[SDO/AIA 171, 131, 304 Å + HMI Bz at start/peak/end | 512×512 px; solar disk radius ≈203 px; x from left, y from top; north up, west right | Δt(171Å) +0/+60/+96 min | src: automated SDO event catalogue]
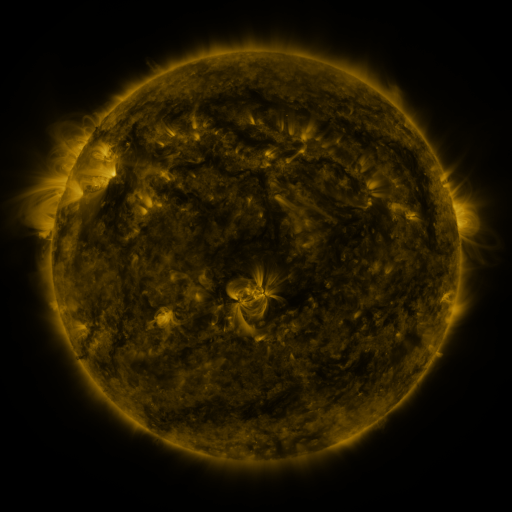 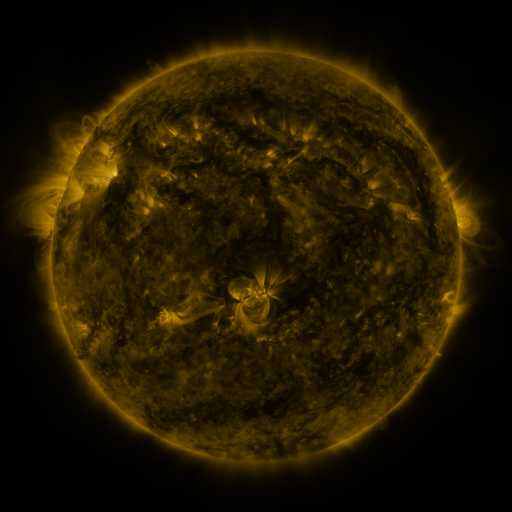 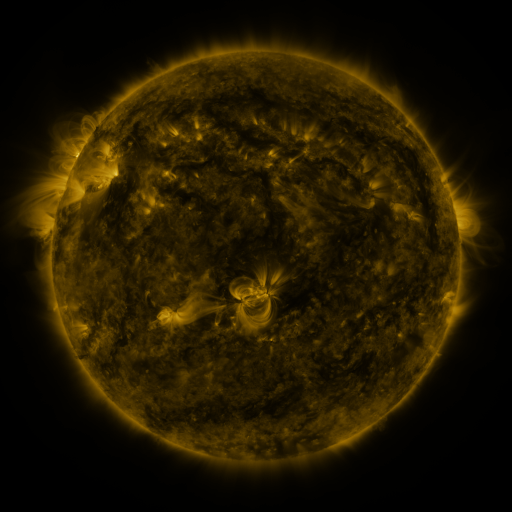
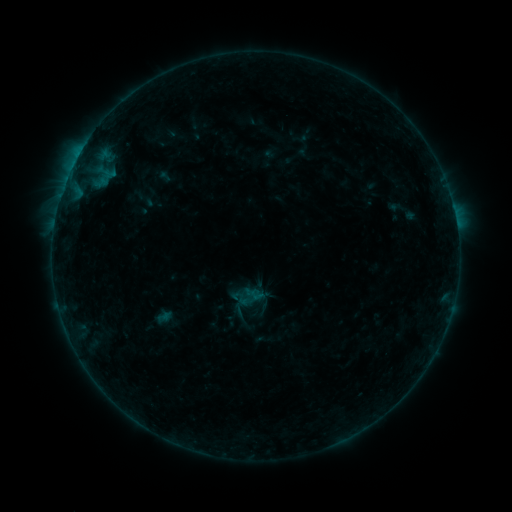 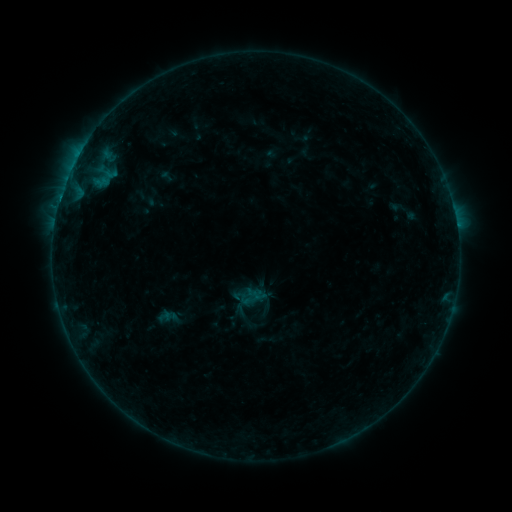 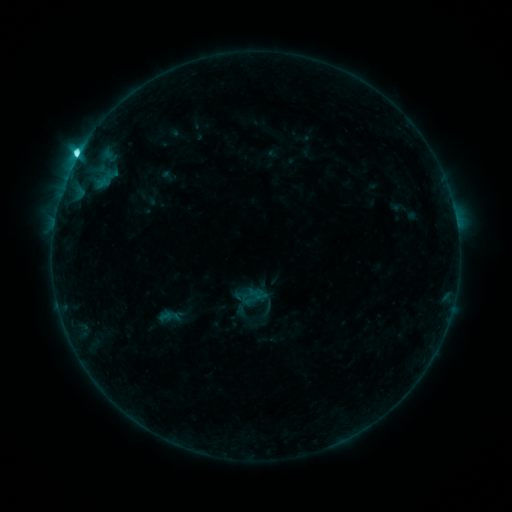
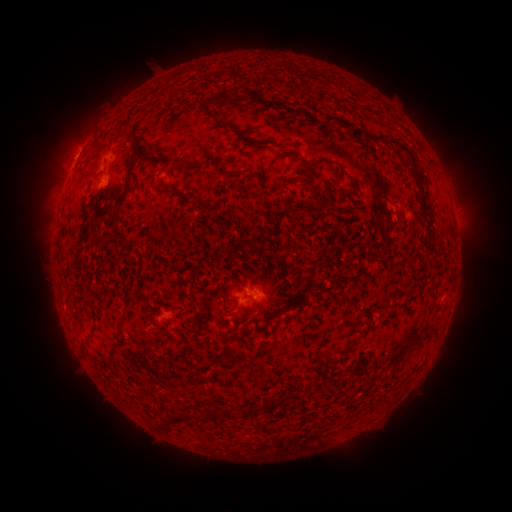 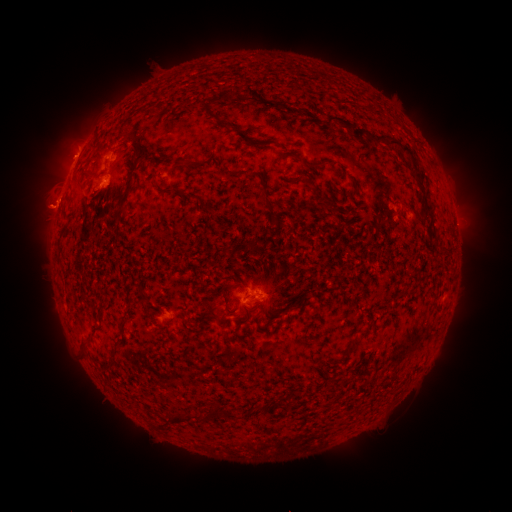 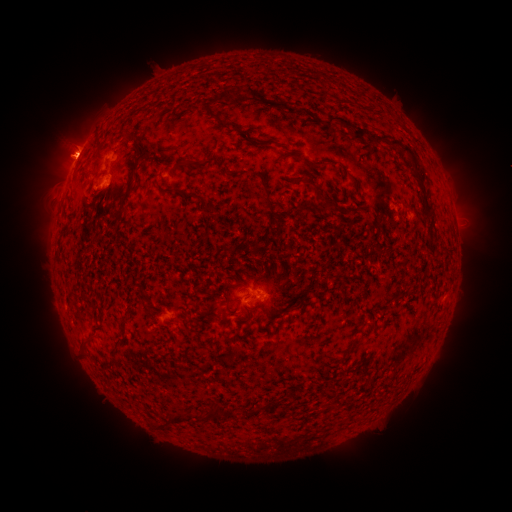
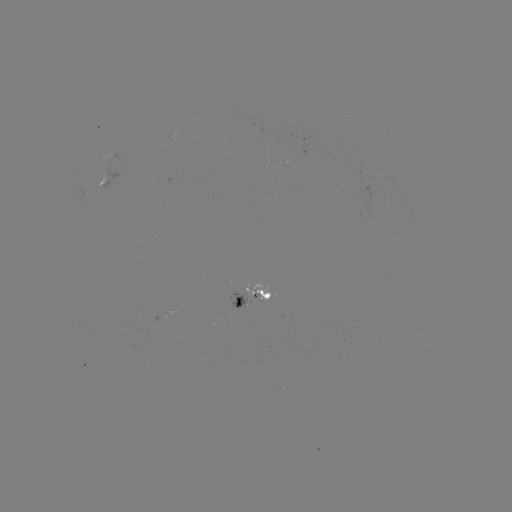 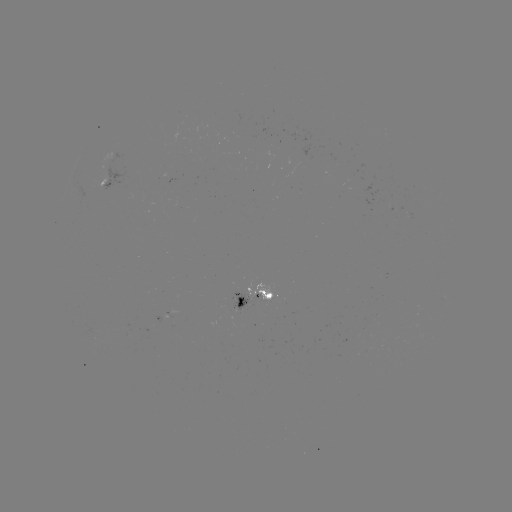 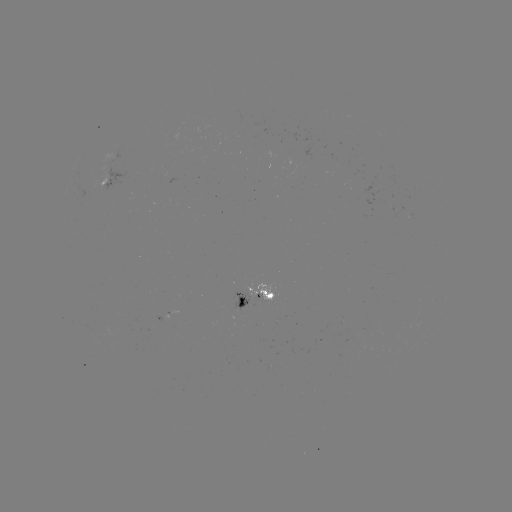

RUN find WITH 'emerging-flux region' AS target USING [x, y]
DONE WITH [262, 297] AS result